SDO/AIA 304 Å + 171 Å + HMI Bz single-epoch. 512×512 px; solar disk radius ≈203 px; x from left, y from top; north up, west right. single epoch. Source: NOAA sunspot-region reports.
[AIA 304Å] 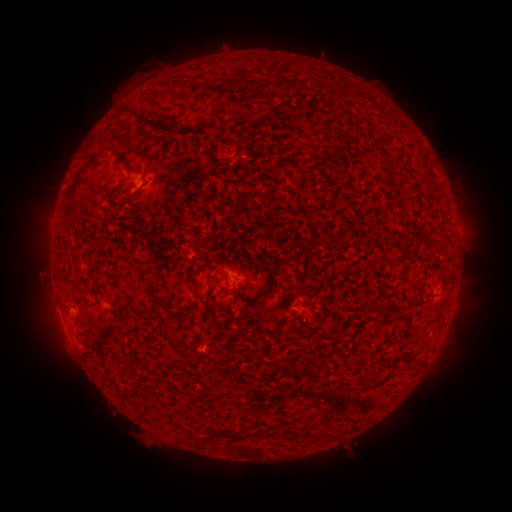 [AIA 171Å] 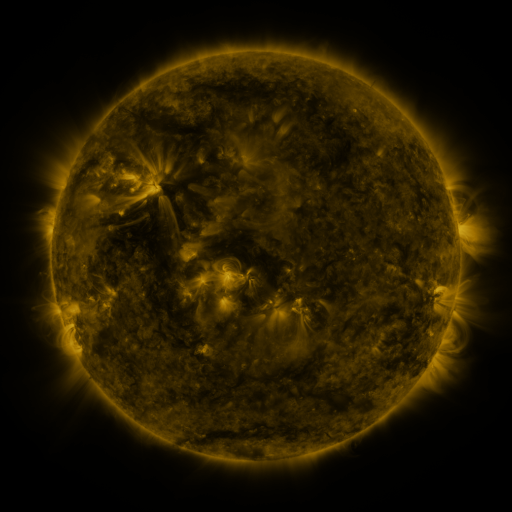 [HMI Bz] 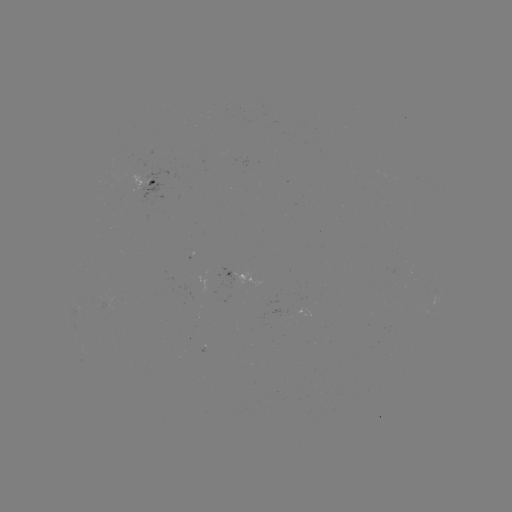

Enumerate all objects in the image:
spotted active region: (155, 180)
spotted active region: (457, 227)
spotted active region: (231, 274)
